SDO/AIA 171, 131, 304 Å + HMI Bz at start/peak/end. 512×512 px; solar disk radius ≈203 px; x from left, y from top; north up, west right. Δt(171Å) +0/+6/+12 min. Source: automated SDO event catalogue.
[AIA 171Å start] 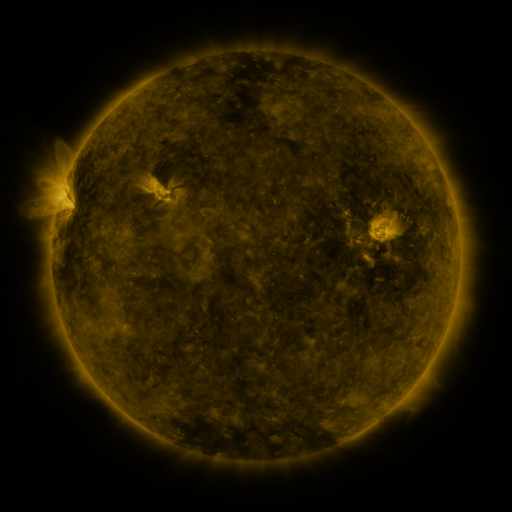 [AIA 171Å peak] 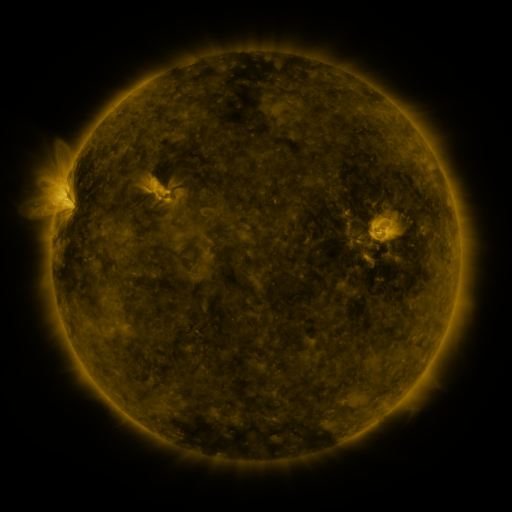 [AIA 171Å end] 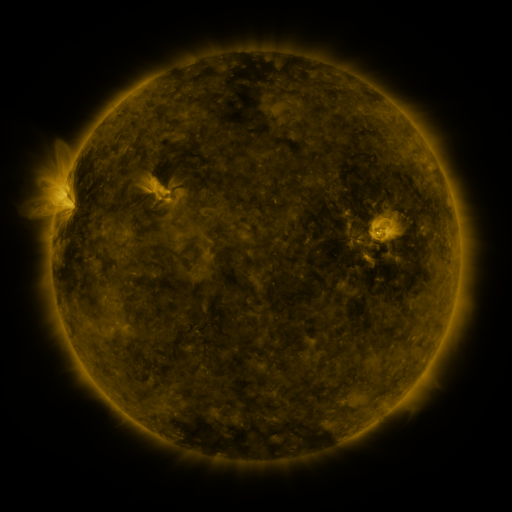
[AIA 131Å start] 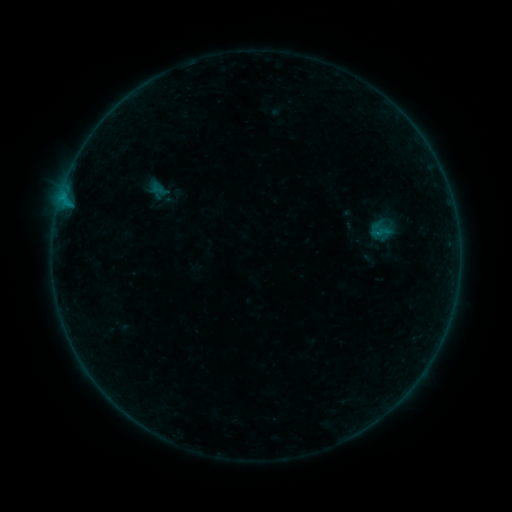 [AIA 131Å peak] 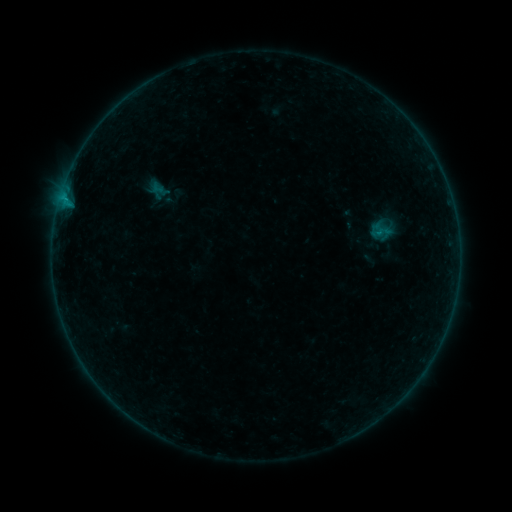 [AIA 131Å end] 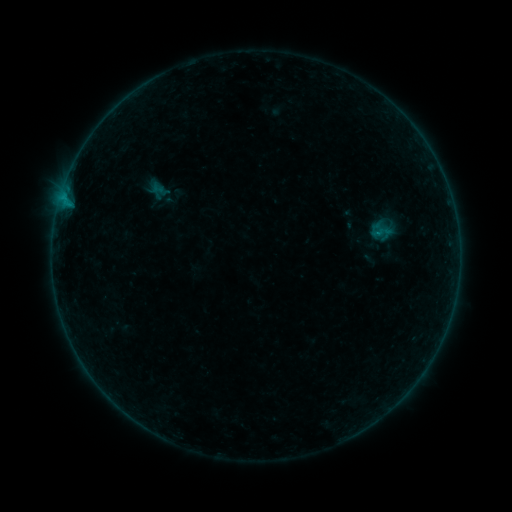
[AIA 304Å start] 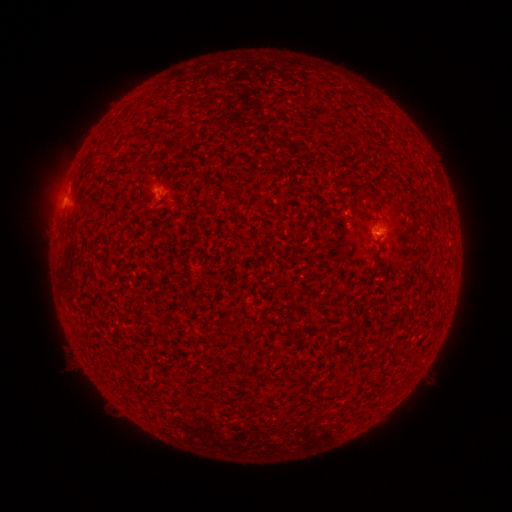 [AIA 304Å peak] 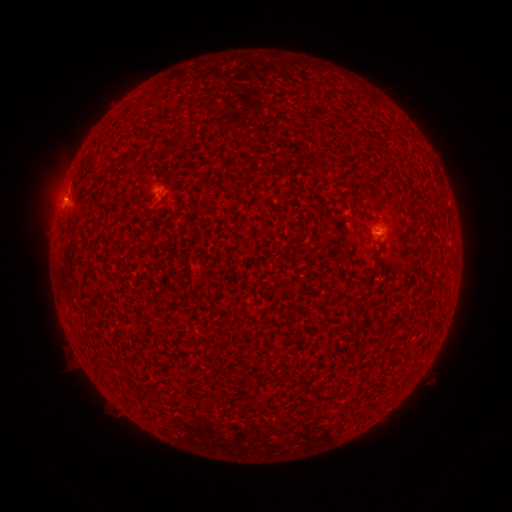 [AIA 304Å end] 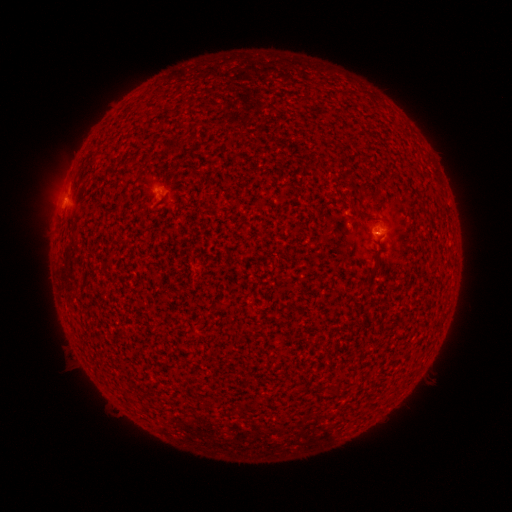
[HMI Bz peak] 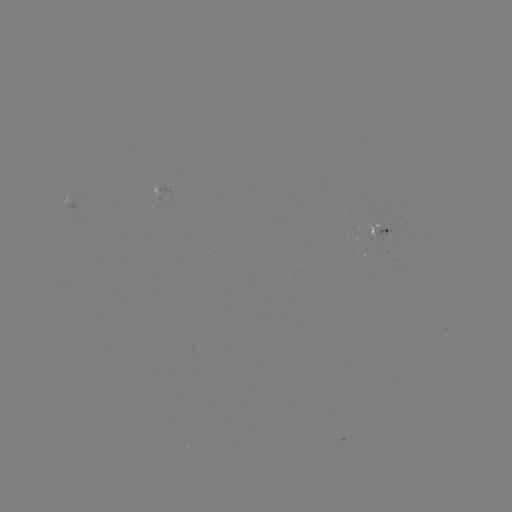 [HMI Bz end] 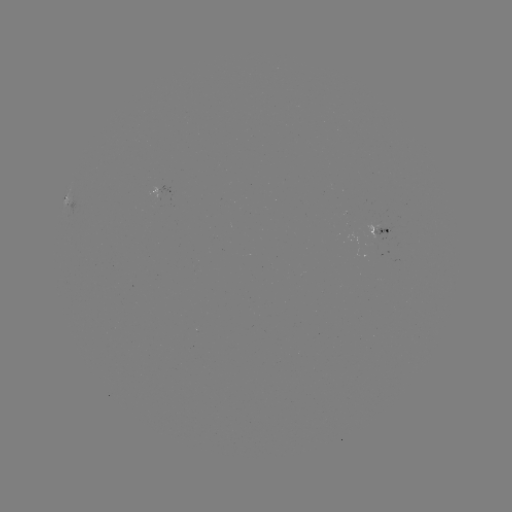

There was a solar flare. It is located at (65, 202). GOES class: B1.2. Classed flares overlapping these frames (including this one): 1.